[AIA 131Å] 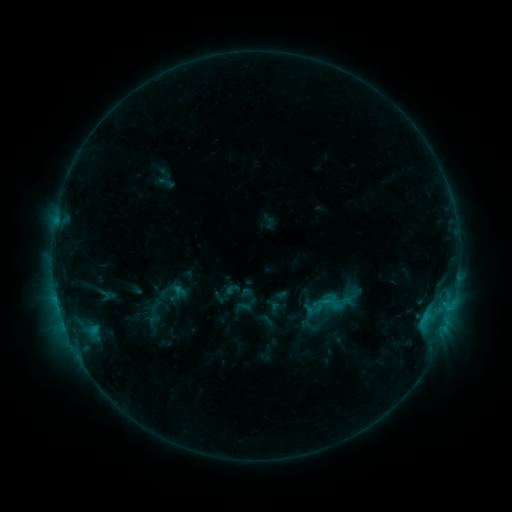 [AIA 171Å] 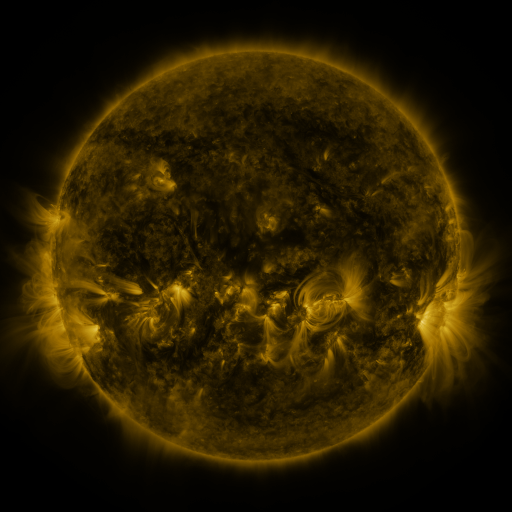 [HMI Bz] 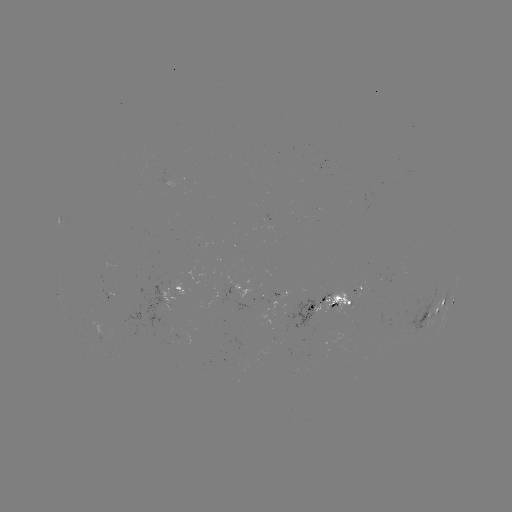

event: sigmoid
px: (323, 305)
